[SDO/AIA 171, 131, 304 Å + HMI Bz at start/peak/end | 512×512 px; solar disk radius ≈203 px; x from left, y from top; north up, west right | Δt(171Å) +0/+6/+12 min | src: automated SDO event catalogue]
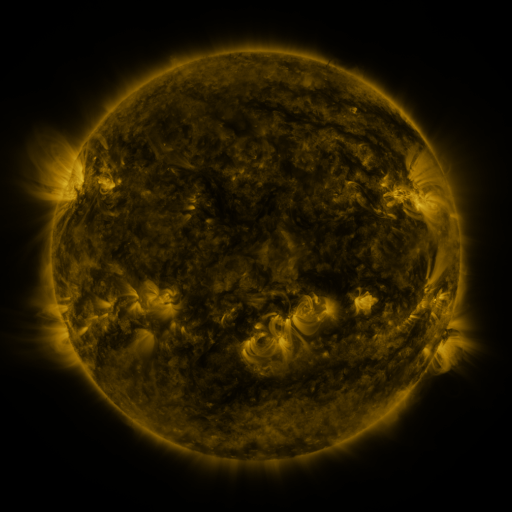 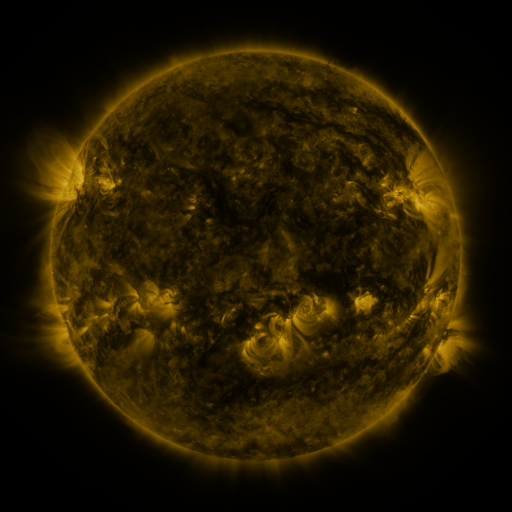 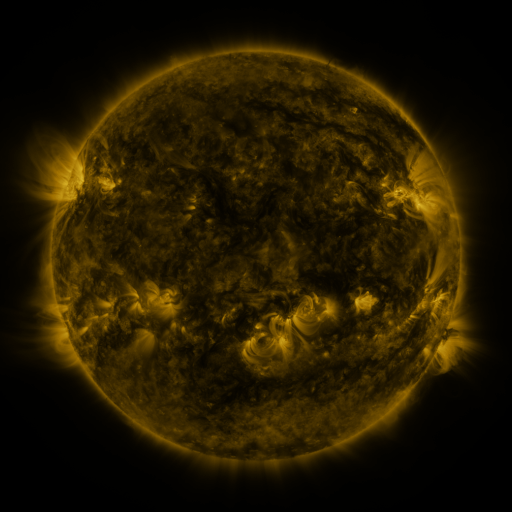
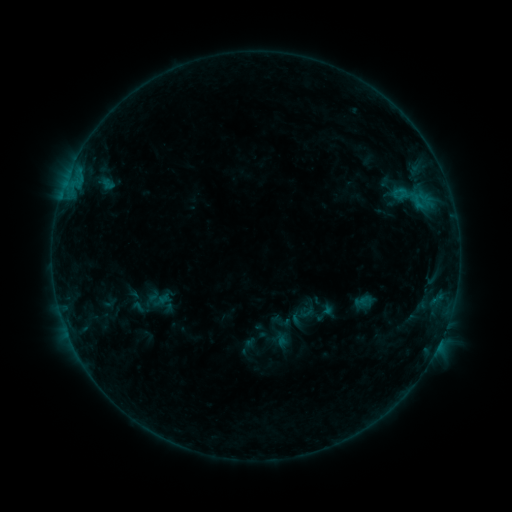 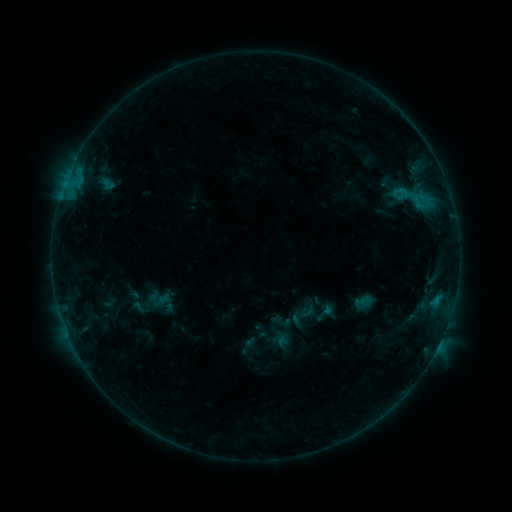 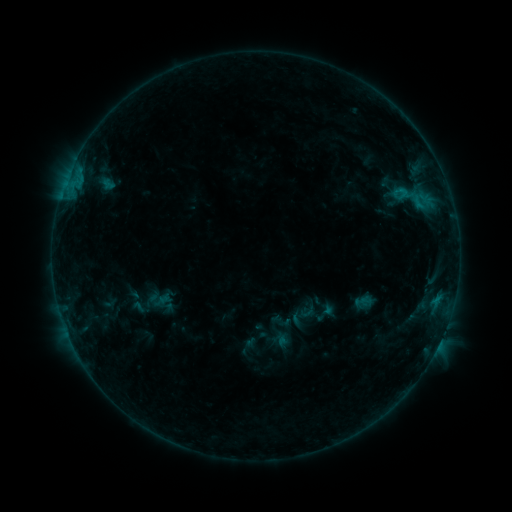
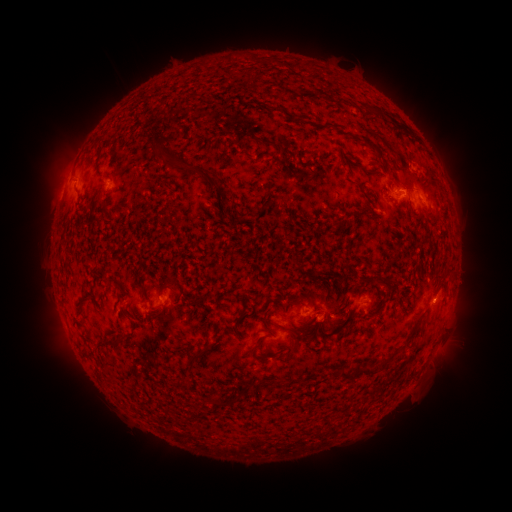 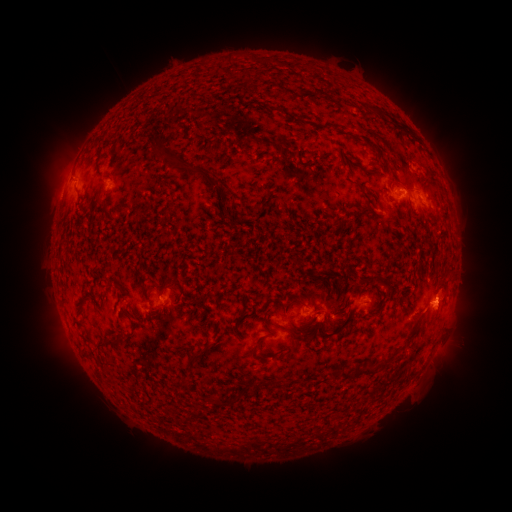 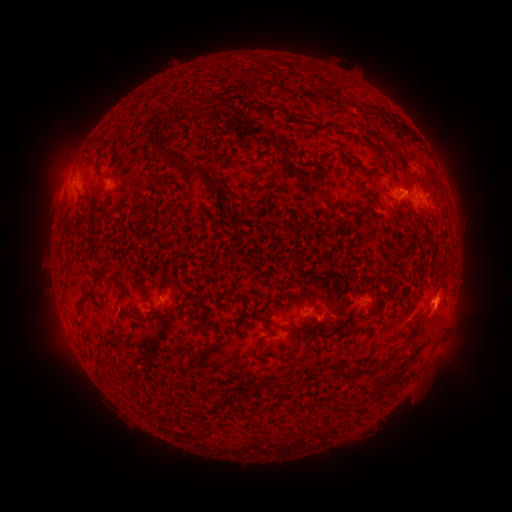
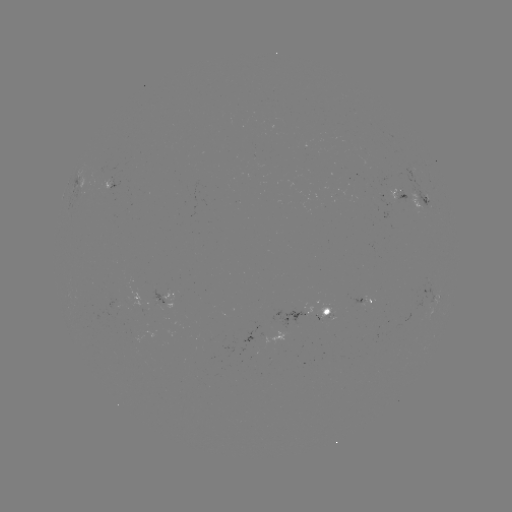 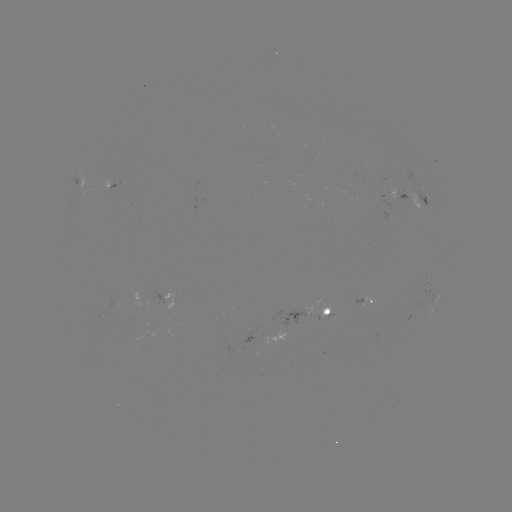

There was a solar eruption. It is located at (442, 305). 